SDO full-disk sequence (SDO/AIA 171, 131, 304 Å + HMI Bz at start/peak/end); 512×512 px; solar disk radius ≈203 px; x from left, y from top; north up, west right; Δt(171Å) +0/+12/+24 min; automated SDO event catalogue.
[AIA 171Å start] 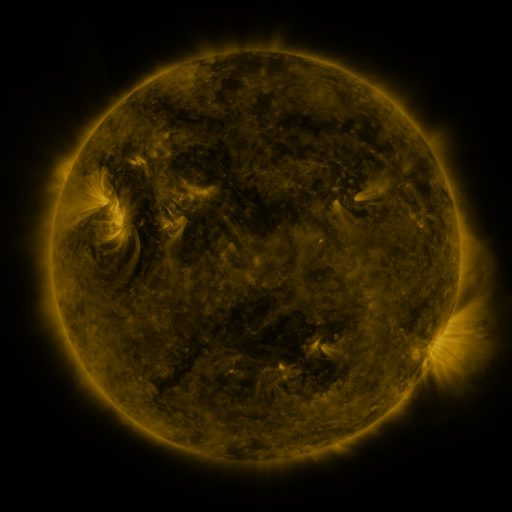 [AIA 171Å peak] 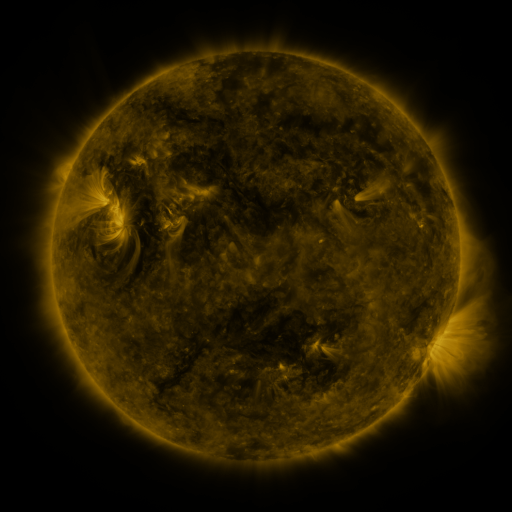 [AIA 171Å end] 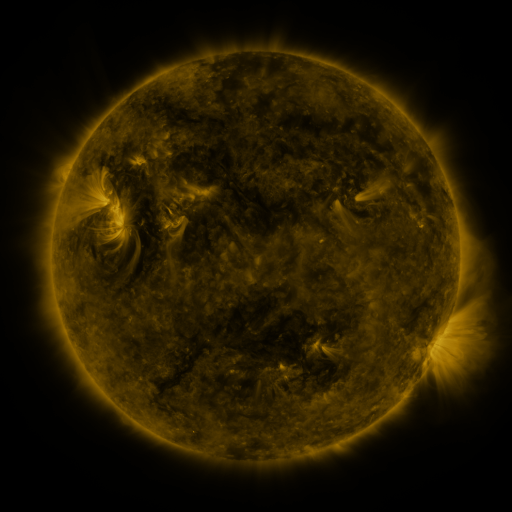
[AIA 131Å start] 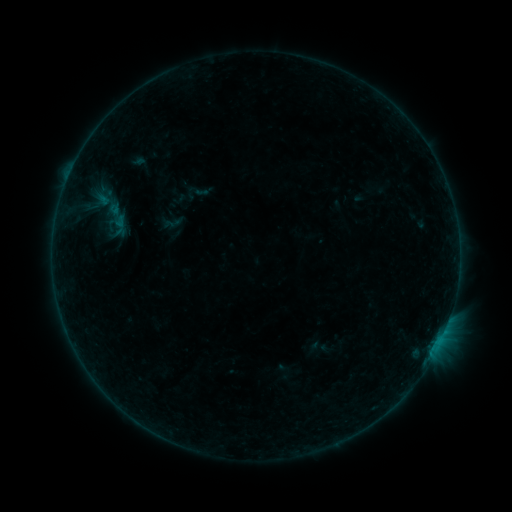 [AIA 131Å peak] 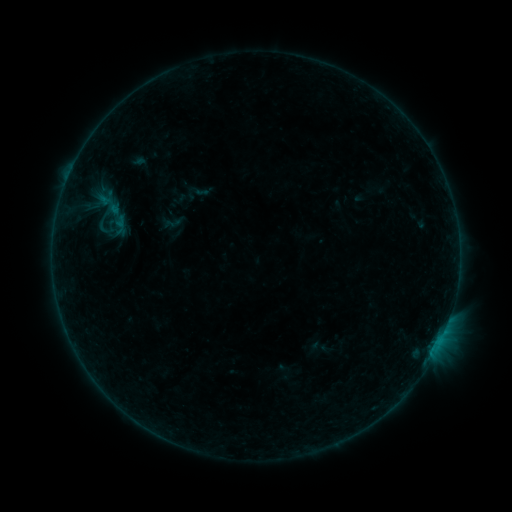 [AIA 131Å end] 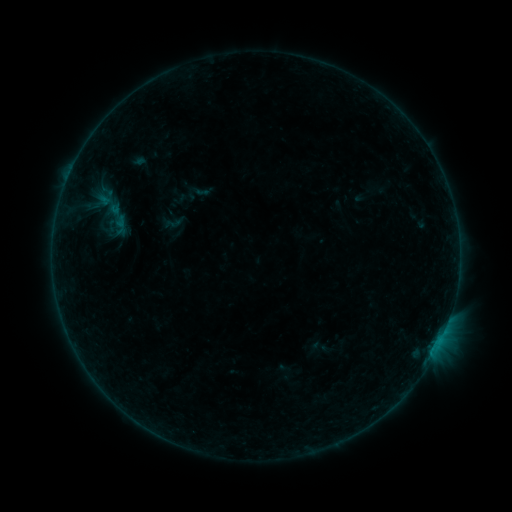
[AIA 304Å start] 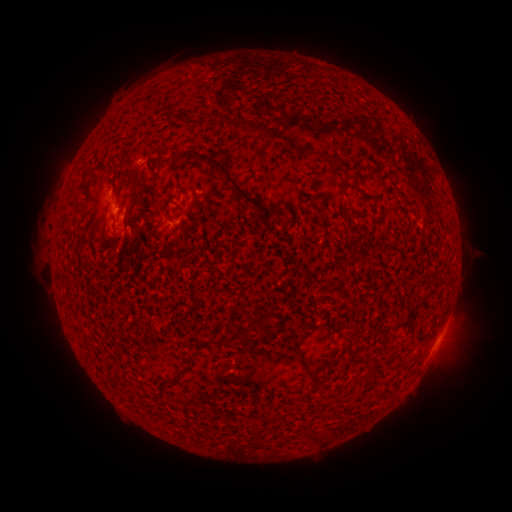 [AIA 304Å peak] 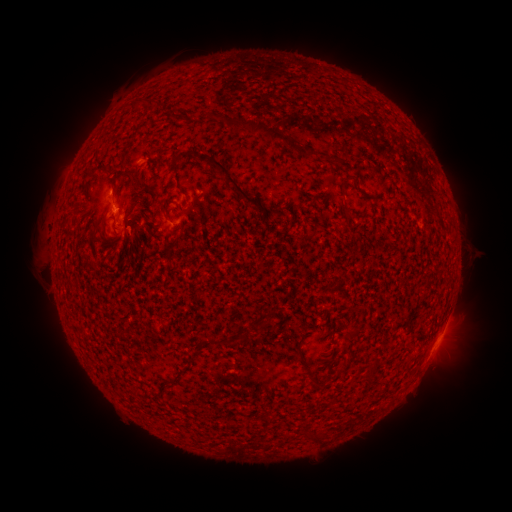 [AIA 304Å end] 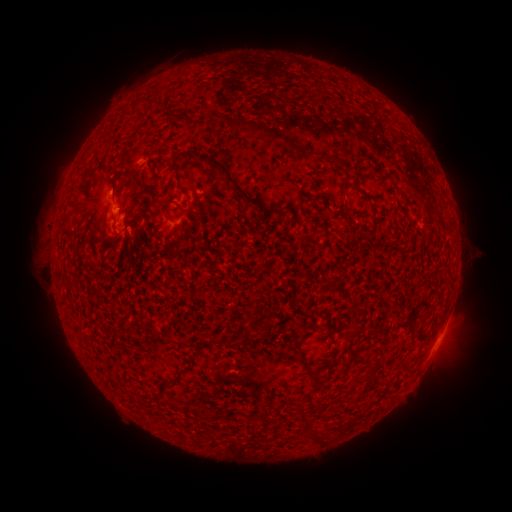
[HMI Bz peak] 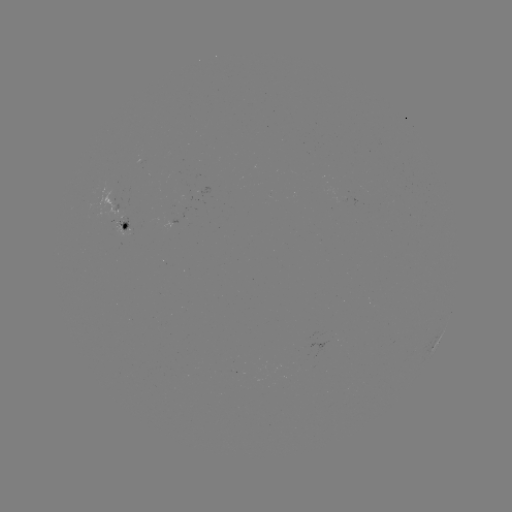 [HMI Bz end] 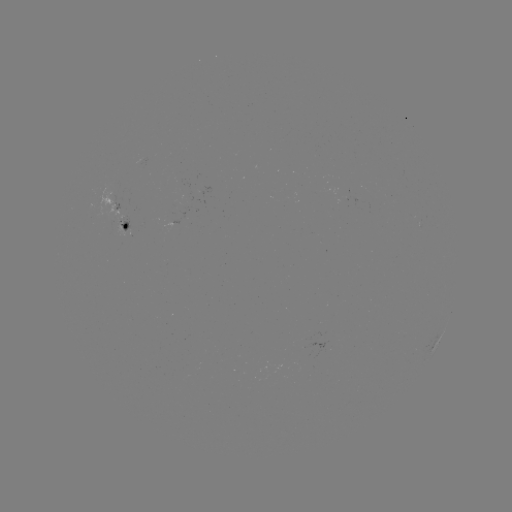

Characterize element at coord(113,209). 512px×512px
B3.1 flare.